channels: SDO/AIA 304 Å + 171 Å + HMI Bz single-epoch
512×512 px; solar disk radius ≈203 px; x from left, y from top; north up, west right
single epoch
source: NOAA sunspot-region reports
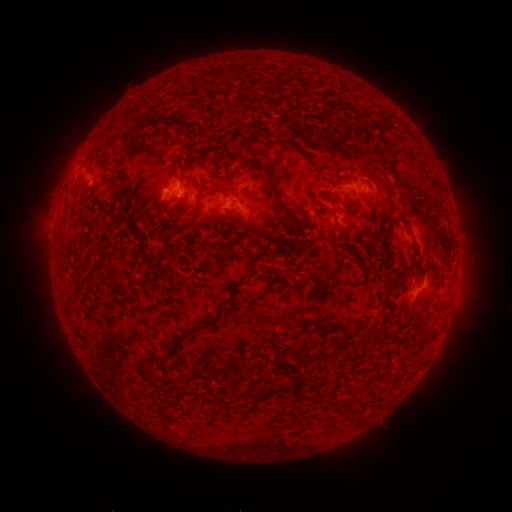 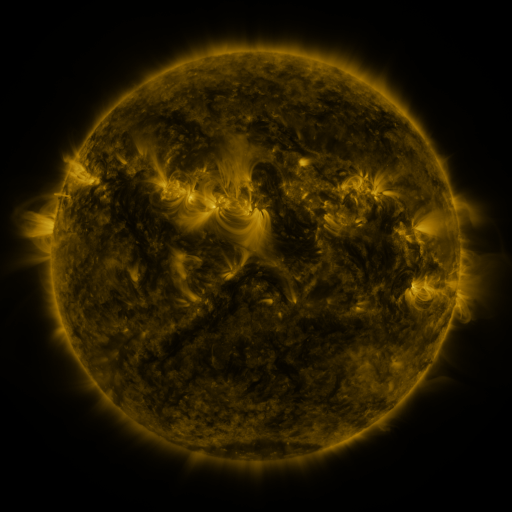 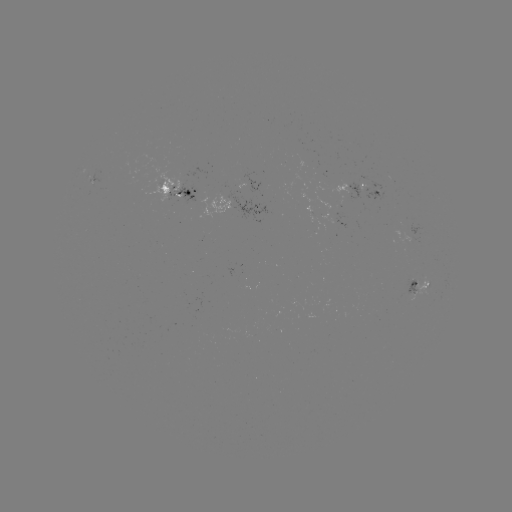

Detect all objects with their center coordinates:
spotted active region: (92, 178)
spotted active region: (369, 188)
spotted active region: (181, 189)
spotted active region: (238, 204)
spotted active region: (423, 285)
